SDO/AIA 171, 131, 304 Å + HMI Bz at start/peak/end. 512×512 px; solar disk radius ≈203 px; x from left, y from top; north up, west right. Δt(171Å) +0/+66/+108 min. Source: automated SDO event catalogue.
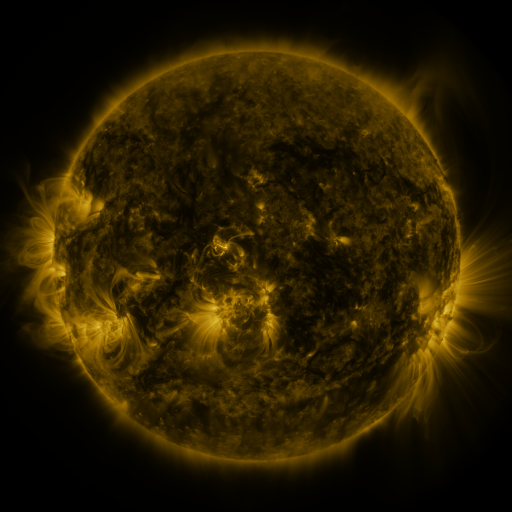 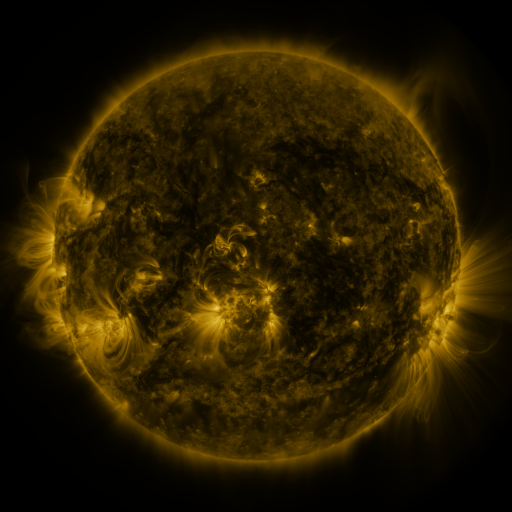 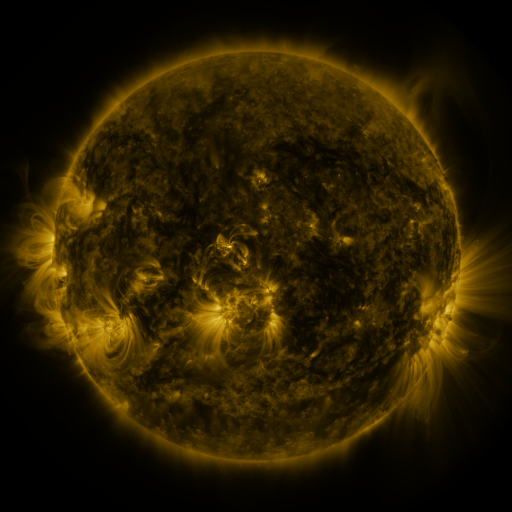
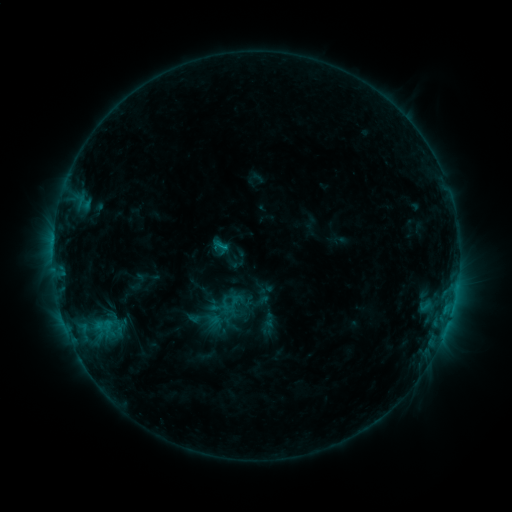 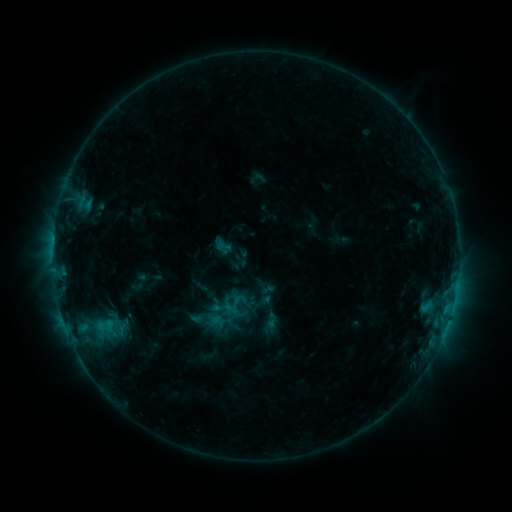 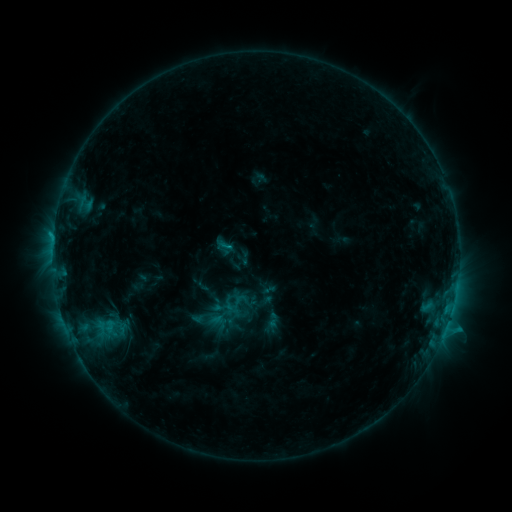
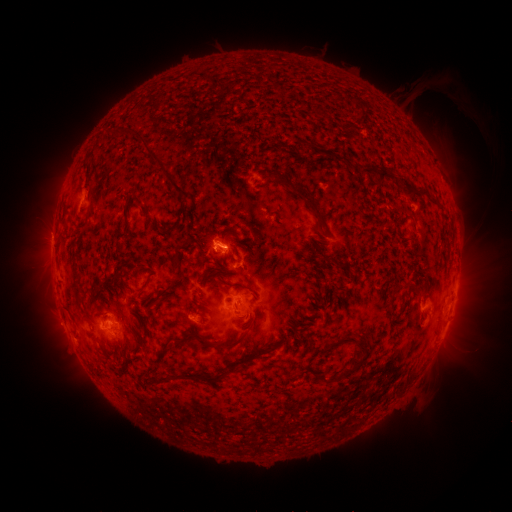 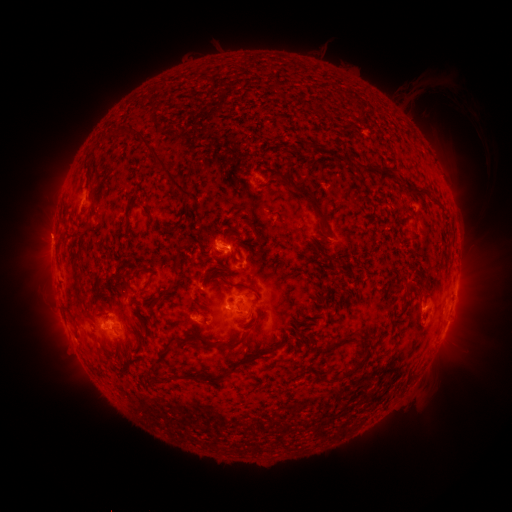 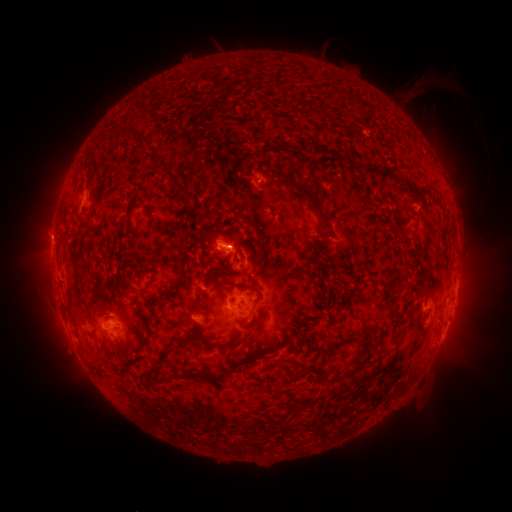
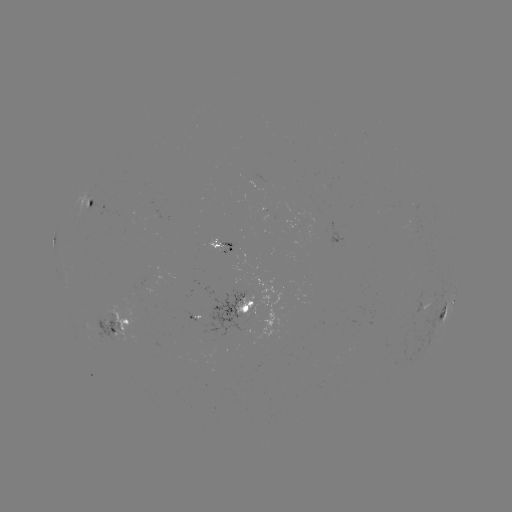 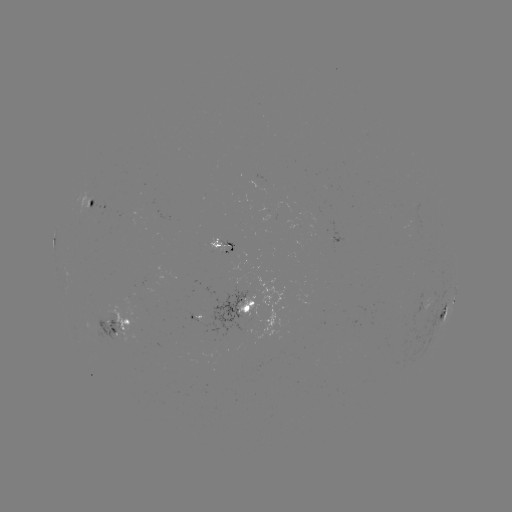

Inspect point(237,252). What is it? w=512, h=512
emerging-flux region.